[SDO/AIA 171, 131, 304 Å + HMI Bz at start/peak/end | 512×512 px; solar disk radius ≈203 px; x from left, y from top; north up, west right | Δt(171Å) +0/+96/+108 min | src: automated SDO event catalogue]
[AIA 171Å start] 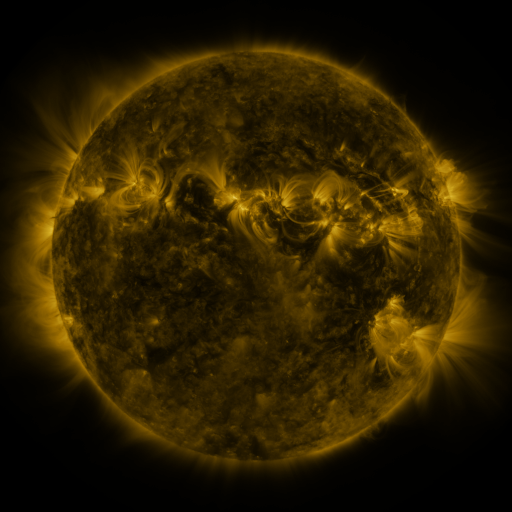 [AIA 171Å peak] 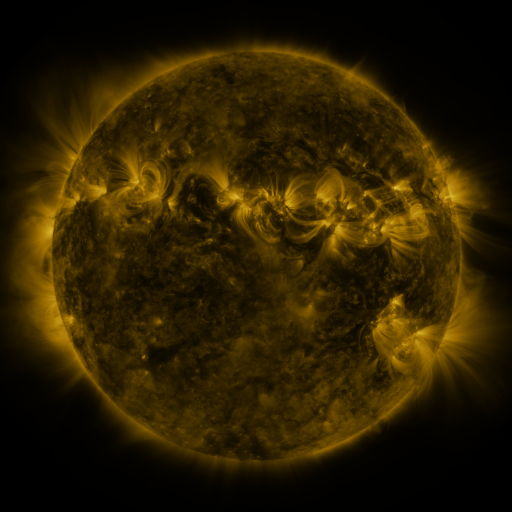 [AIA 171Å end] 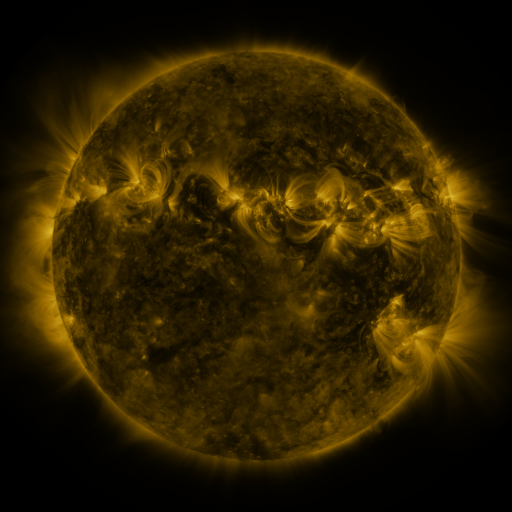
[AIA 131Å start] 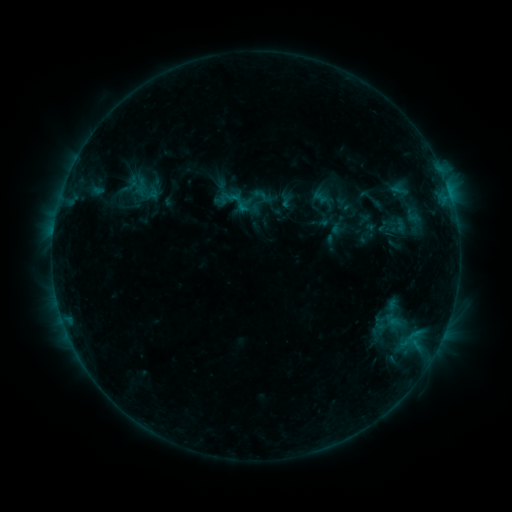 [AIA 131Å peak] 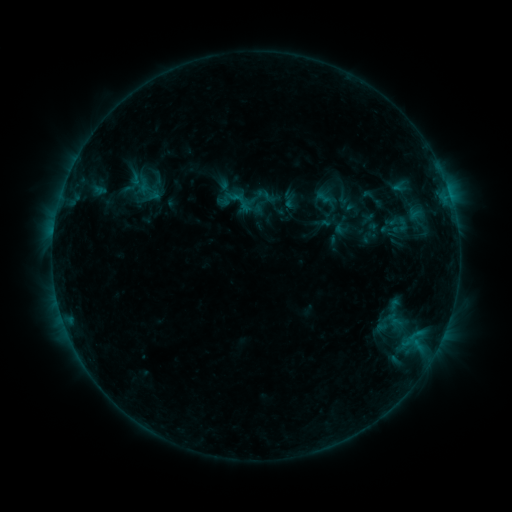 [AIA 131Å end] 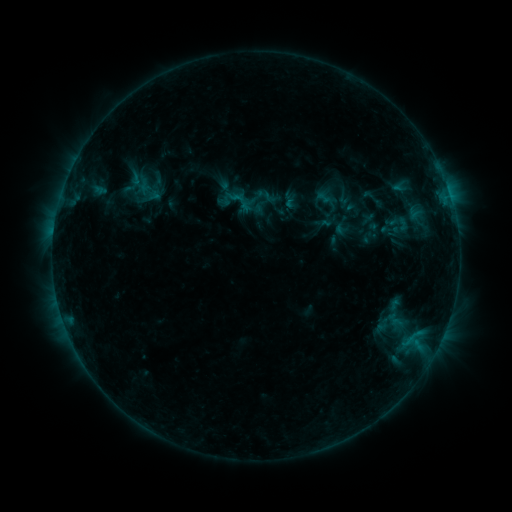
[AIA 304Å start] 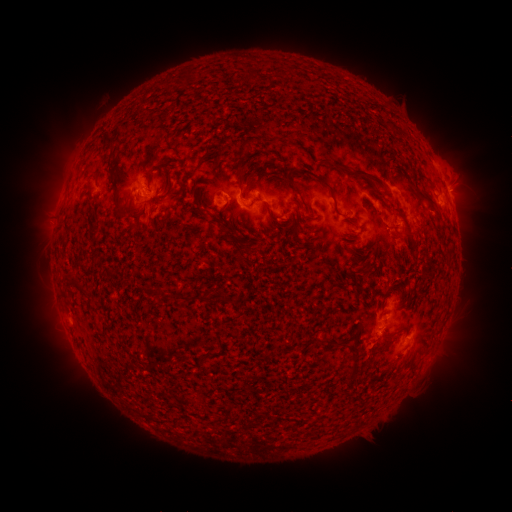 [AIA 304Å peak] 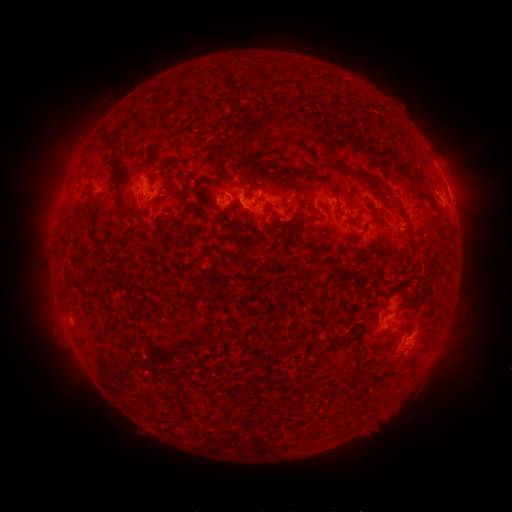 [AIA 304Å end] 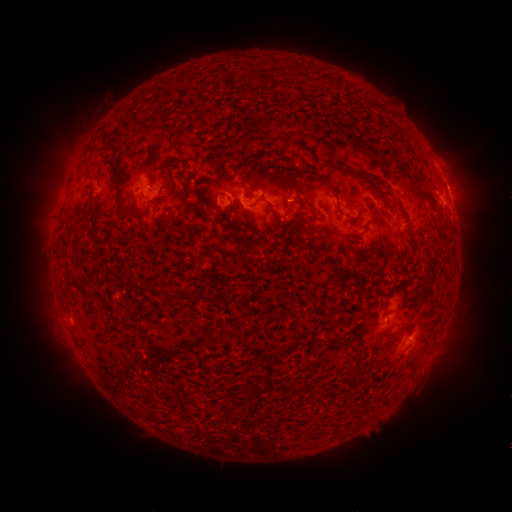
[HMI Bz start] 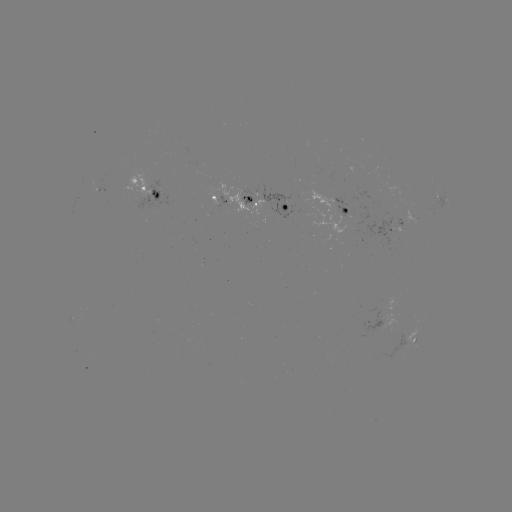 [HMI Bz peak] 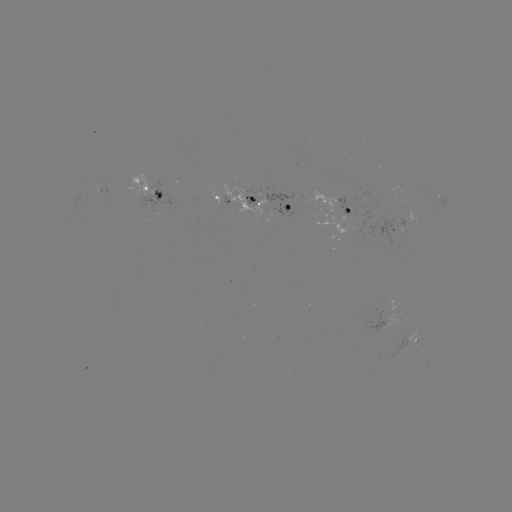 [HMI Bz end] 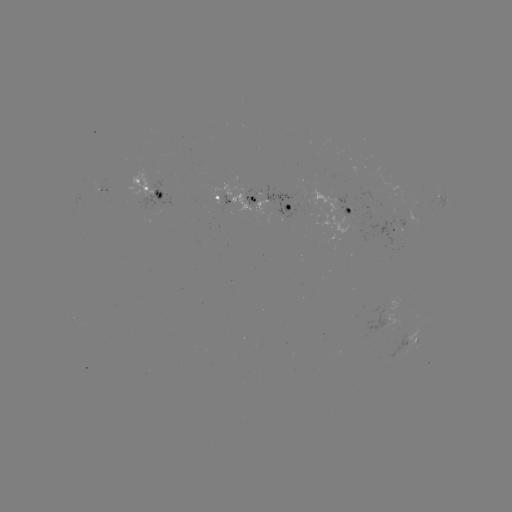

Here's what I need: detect emerging-flux region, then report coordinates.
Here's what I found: emerging-flux region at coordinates [416, 217].